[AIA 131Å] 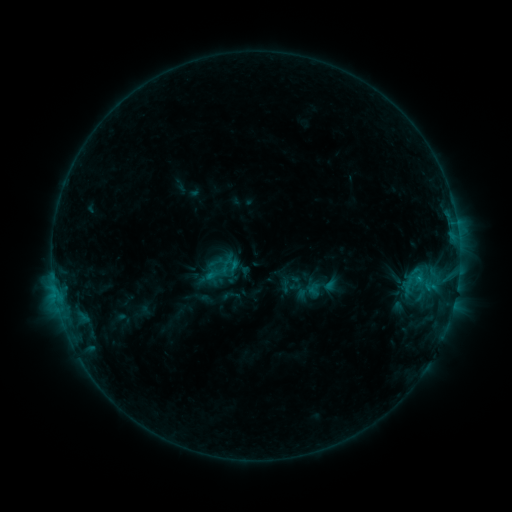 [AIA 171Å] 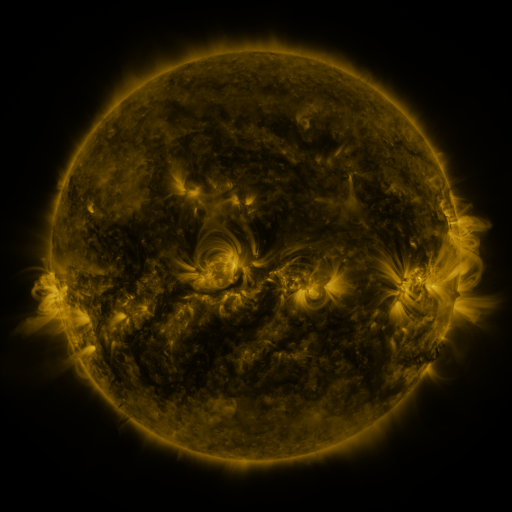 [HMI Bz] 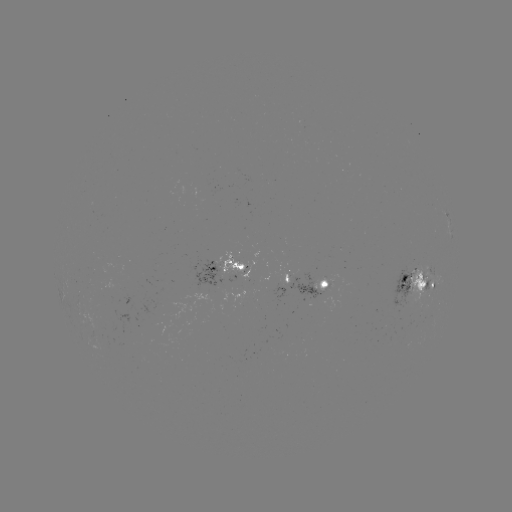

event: sigmoid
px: (414, 281)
